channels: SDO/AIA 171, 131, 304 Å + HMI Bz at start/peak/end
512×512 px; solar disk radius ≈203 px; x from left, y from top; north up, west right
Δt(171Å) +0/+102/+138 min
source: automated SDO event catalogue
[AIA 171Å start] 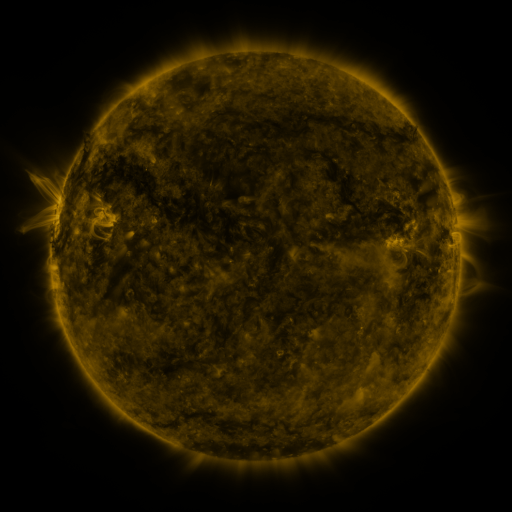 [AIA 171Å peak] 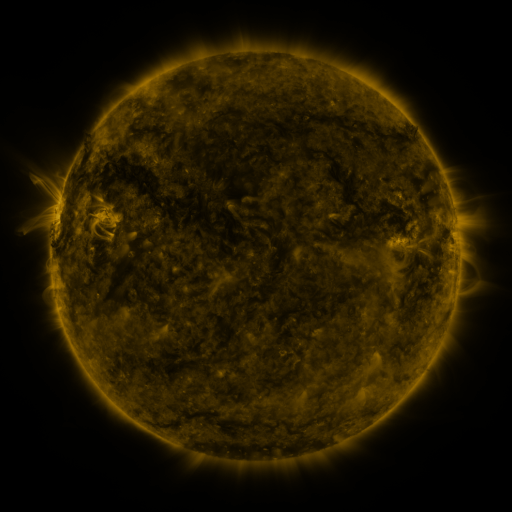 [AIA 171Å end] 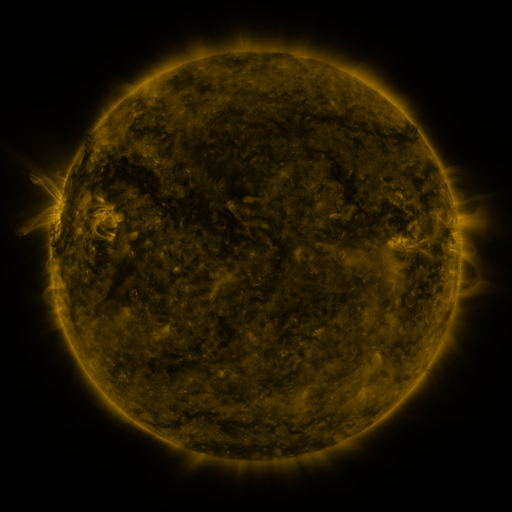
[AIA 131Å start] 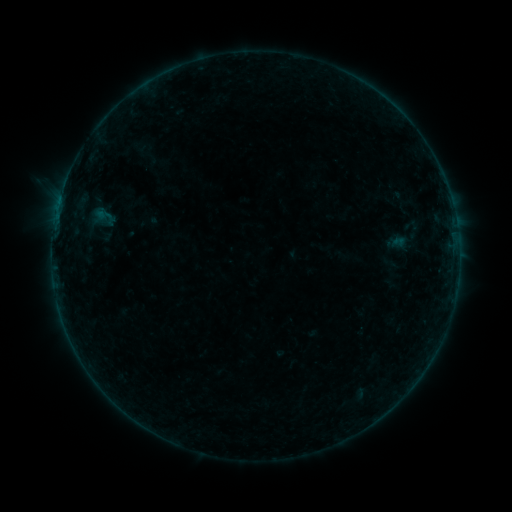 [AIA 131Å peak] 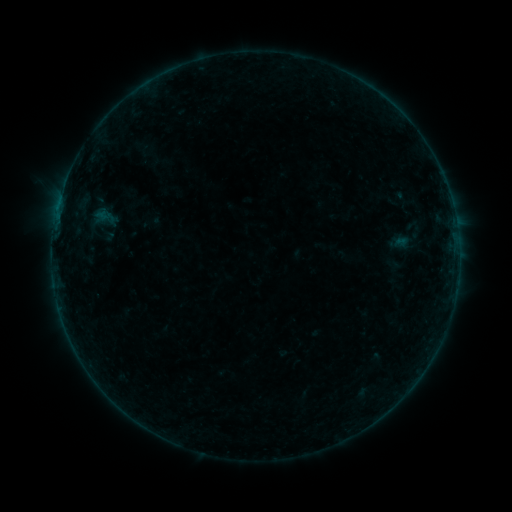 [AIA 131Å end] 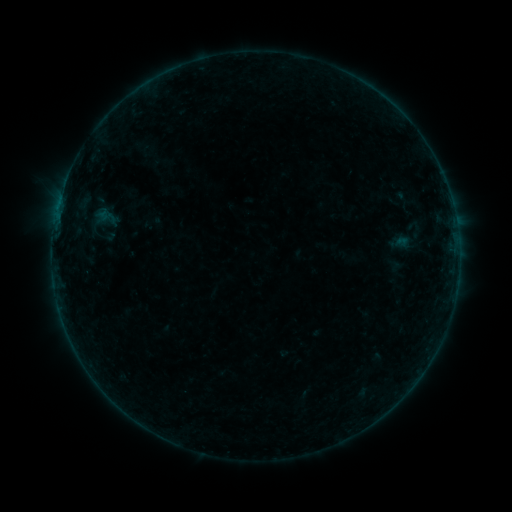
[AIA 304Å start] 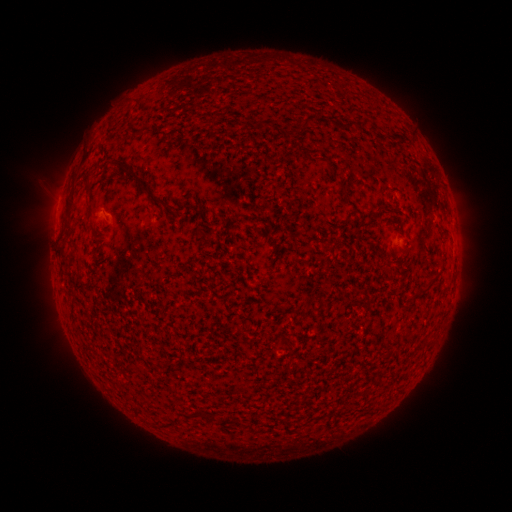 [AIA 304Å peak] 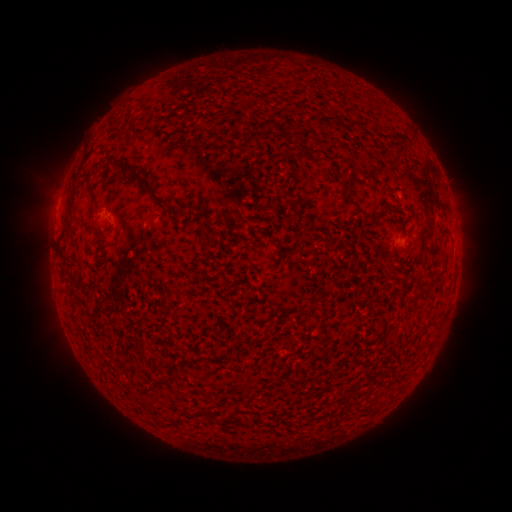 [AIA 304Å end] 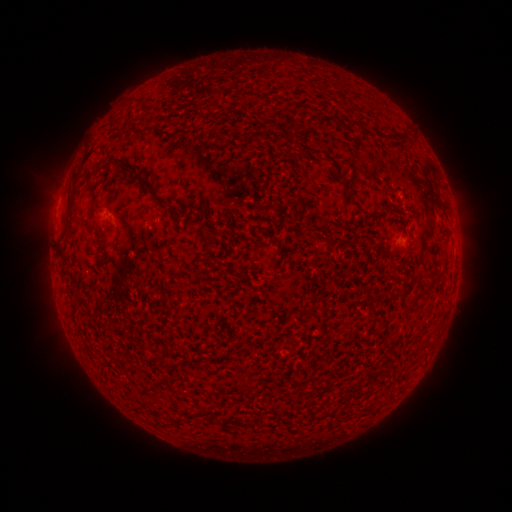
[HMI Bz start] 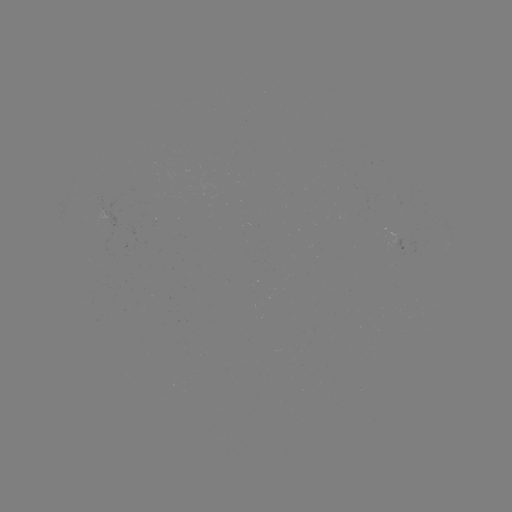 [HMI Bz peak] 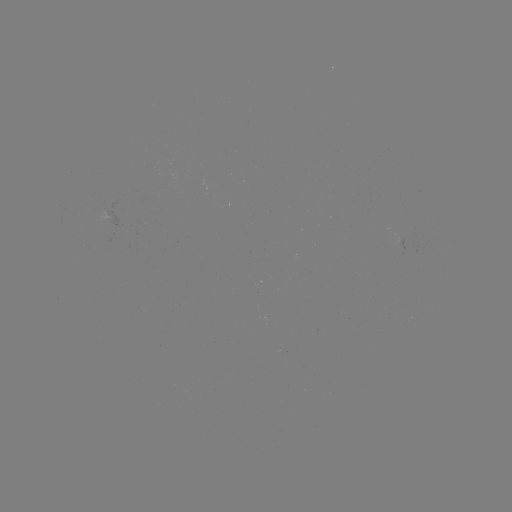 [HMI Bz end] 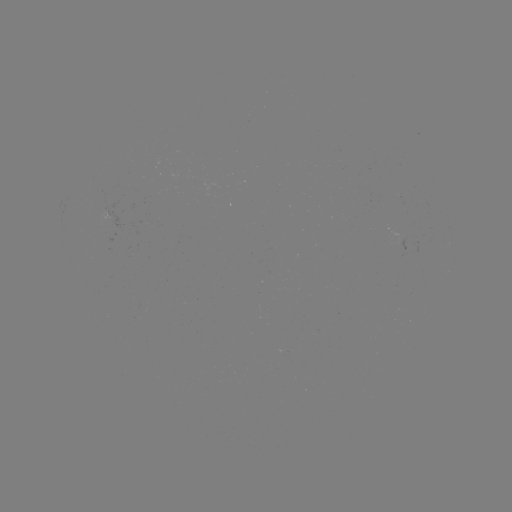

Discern emerging-flux region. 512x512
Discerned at [397, 243].